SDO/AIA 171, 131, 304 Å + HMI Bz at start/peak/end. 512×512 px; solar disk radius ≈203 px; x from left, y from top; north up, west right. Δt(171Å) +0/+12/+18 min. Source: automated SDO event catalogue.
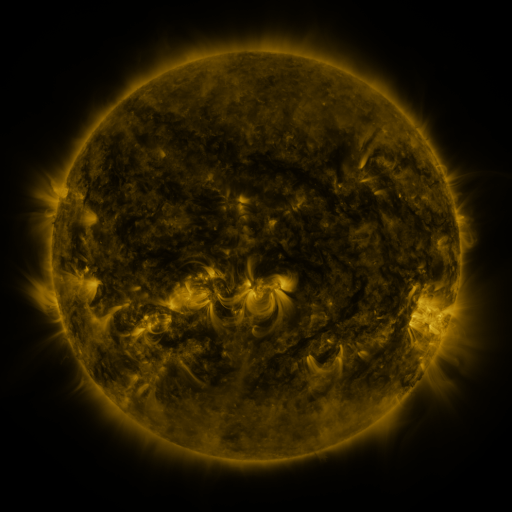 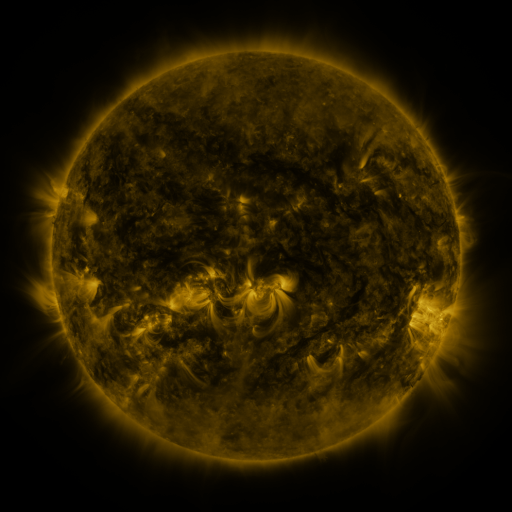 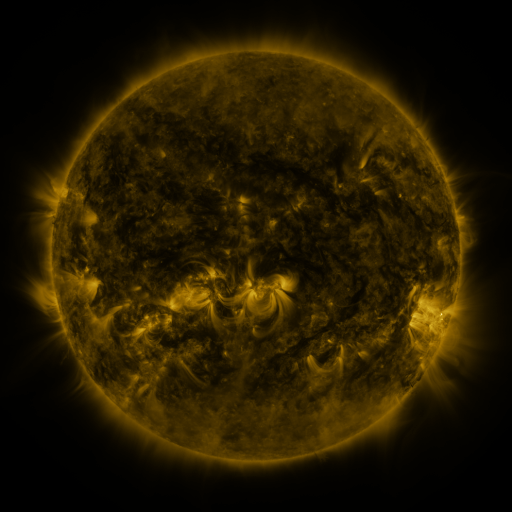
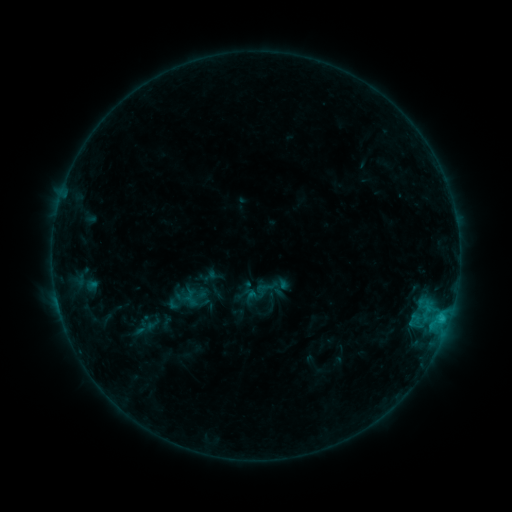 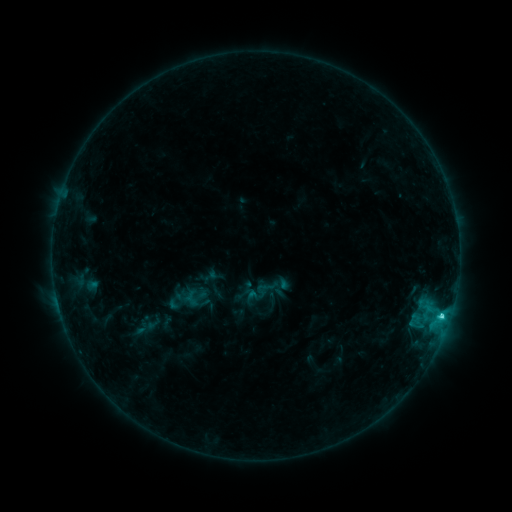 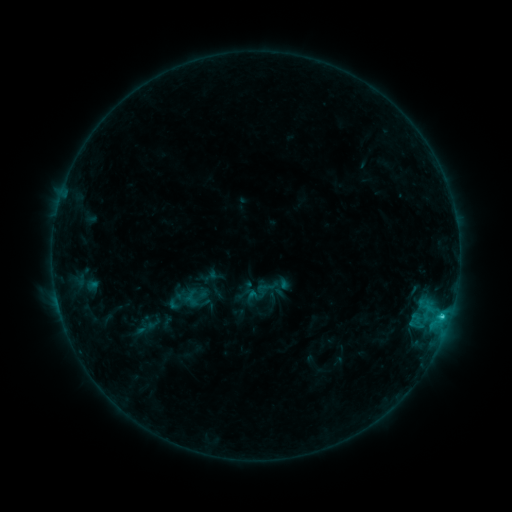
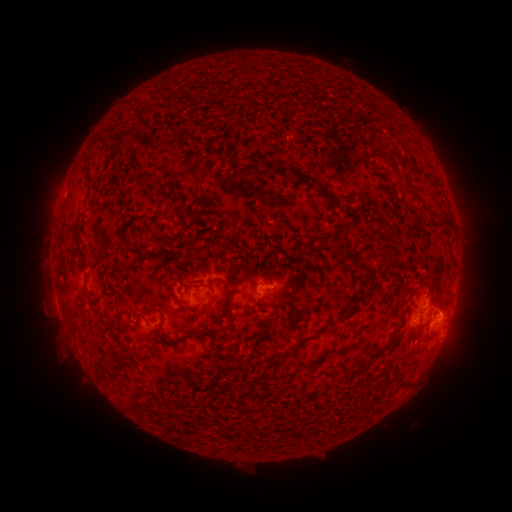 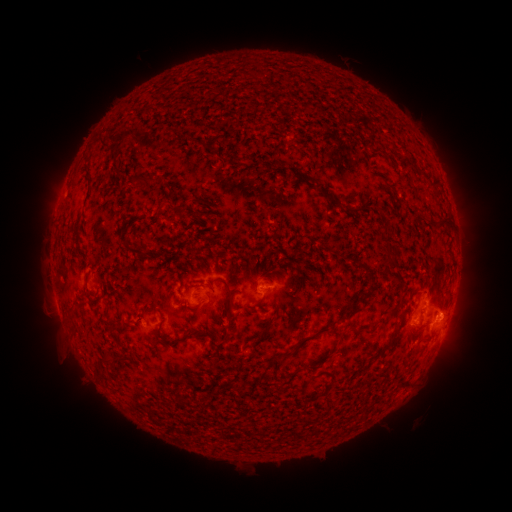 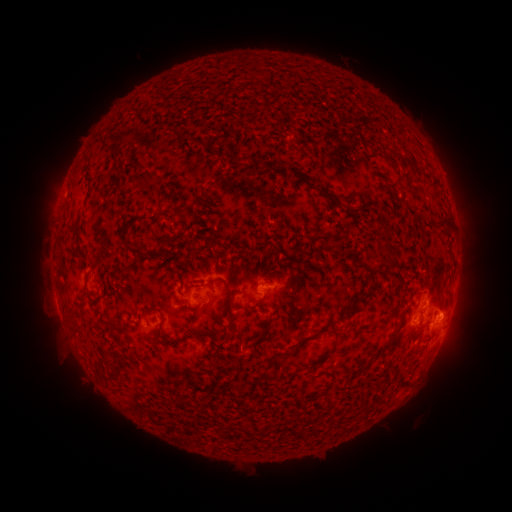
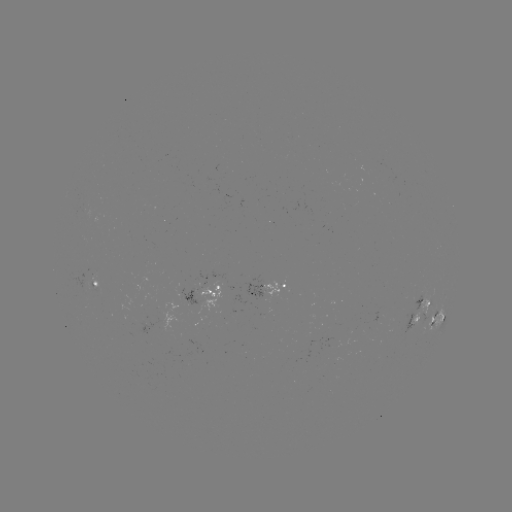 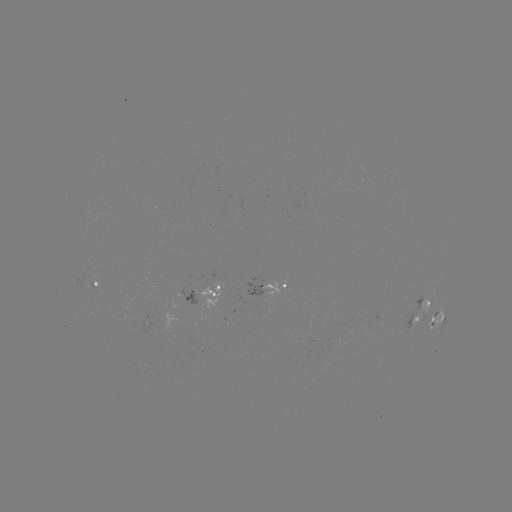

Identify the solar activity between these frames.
C1.7 flare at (442, 314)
